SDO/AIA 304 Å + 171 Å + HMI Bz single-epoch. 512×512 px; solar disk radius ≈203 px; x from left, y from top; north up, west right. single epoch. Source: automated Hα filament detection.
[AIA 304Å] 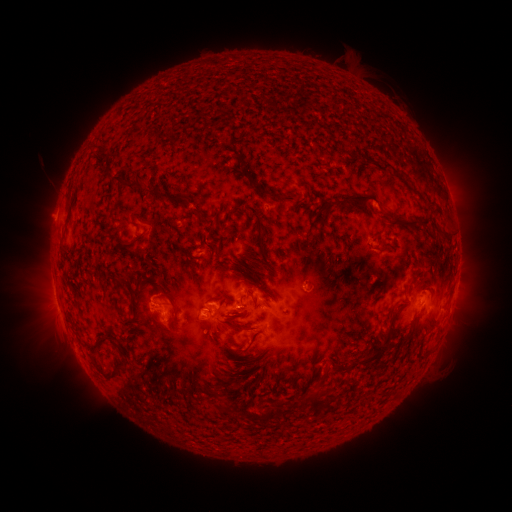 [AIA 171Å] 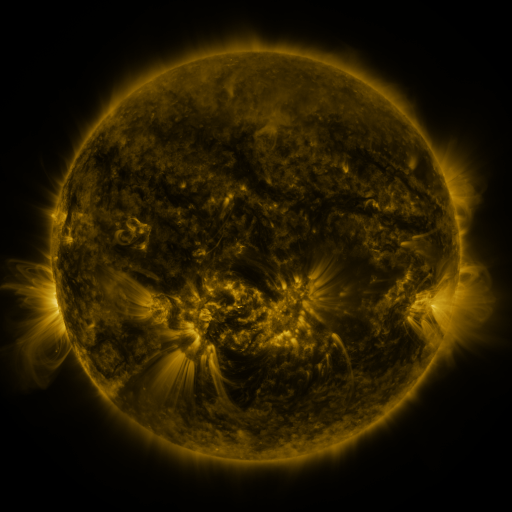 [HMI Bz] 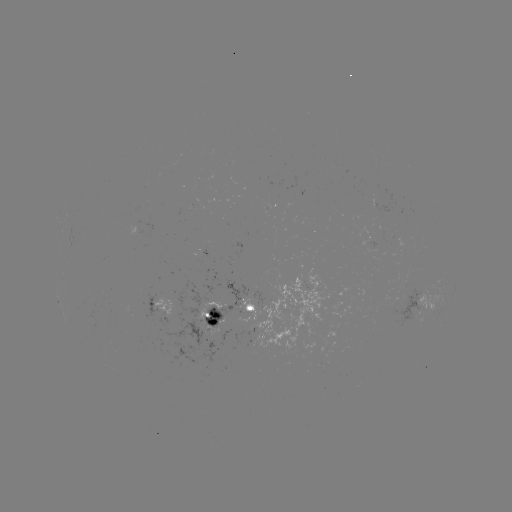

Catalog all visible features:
filament: (382, 163, 393, 172)
filament: (392, 169, 401, 177)
filament: (110, 174, 143, 190)
filament: (249, 178, 303, 201)
filament: (148, 184, 160, 200)
filament: (336, 189, 379, 212)
filament: (171, 197, 185, 207)
filament: (374, 218, 430, 241)
filament: (377, 245, 393, 255)
filament: (159, 292, 178, 316)
filament: (218, 296, 235, 306)
filament: (262, 296, 270, 305)
filament: (396, 303, 408, 310)
filament: (228, 310, 246, 318)
filament: (202, 317, 259, 335)
filament: (355, 321, 394, 367)
filament: (234, 346, 249, 354)
filament: (100, 357, 126, 379)
filament: (306, 394, 320, 411)
filament: (213, 402, 224, 410)
filament: (258, 407, 275, 425)
